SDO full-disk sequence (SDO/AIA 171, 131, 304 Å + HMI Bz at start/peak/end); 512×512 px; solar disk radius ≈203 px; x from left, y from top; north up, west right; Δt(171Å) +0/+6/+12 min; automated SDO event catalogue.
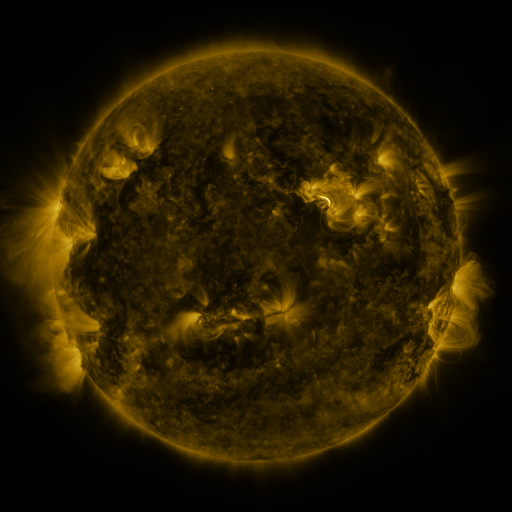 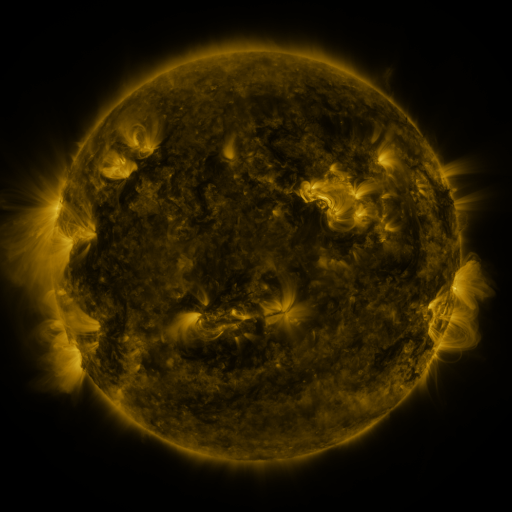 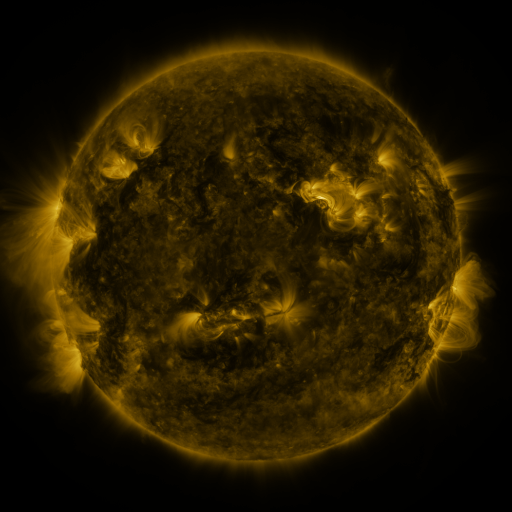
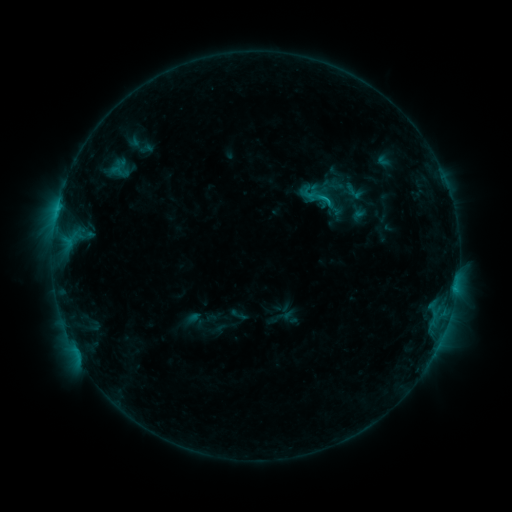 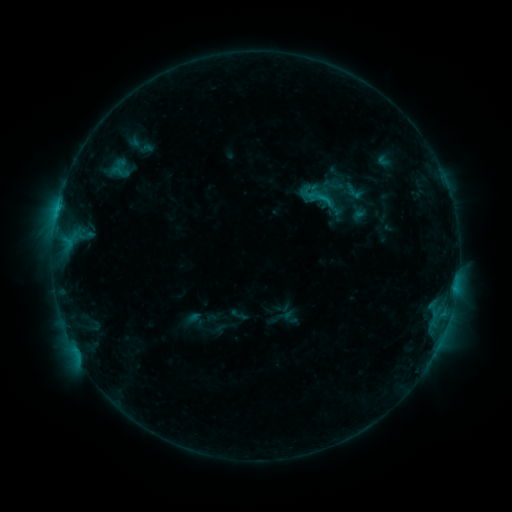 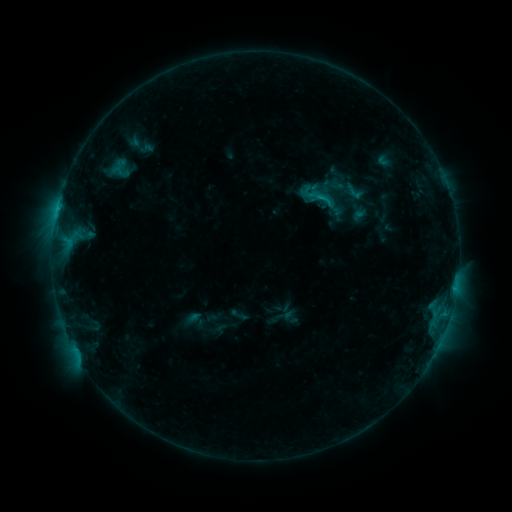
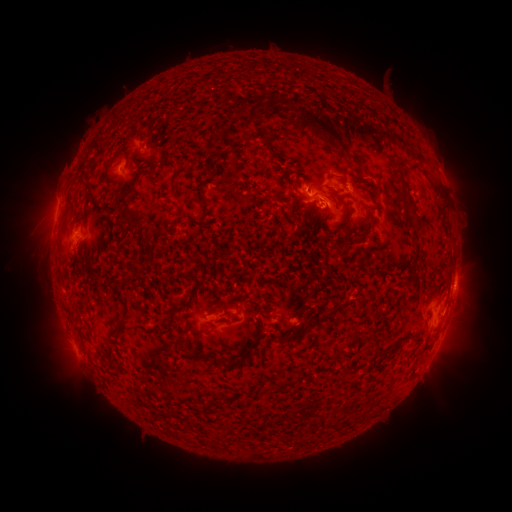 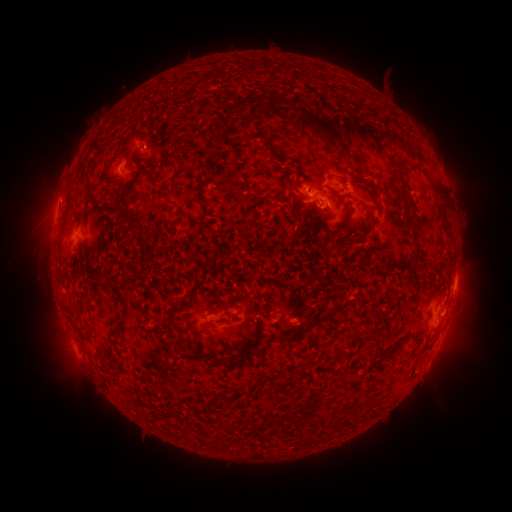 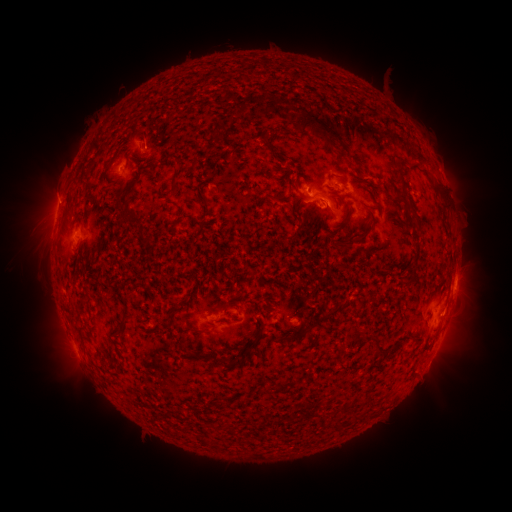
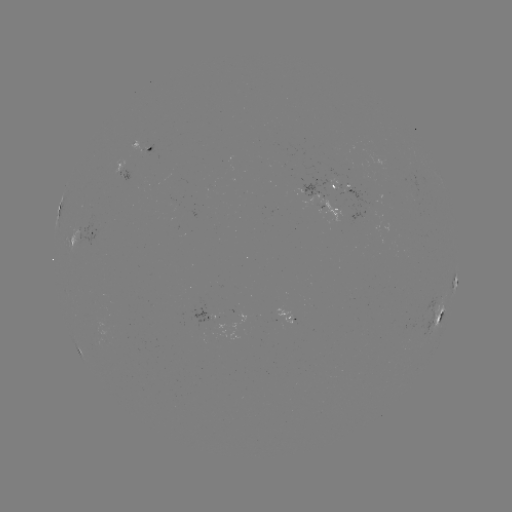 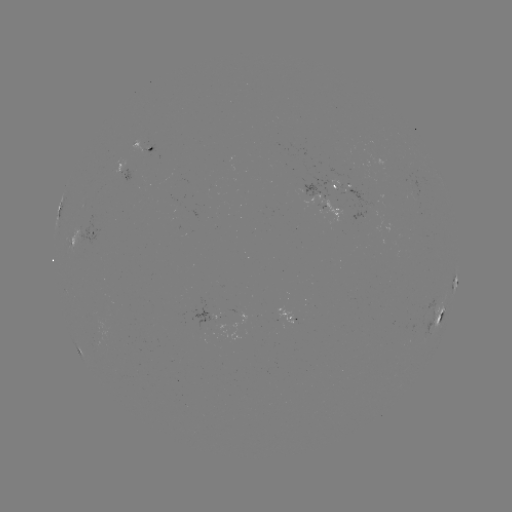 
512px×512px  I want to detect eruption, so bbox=[29, 173, 78, 218].